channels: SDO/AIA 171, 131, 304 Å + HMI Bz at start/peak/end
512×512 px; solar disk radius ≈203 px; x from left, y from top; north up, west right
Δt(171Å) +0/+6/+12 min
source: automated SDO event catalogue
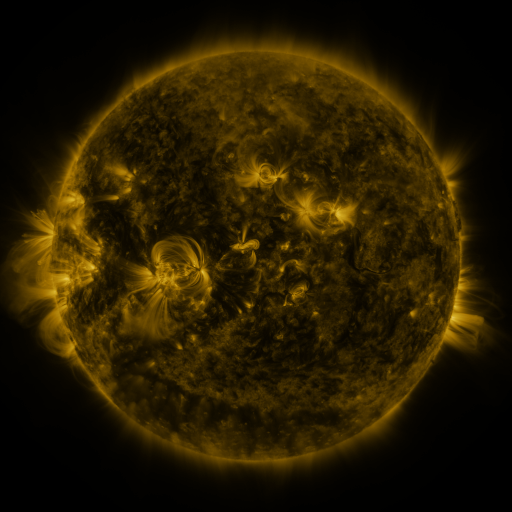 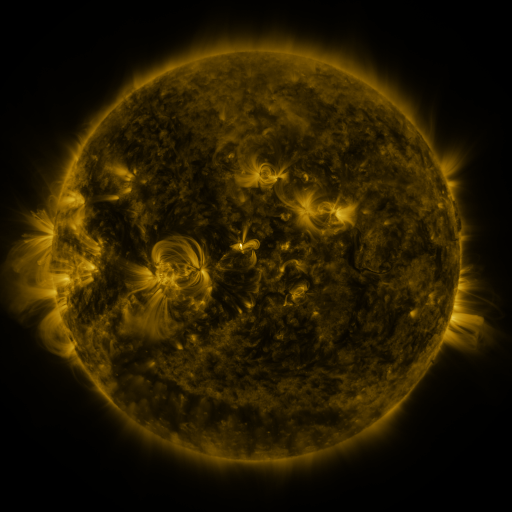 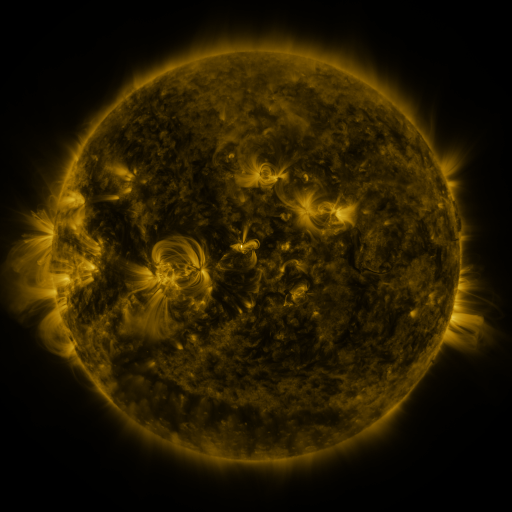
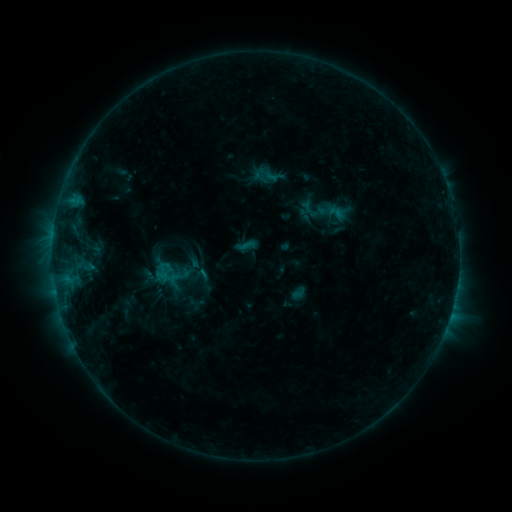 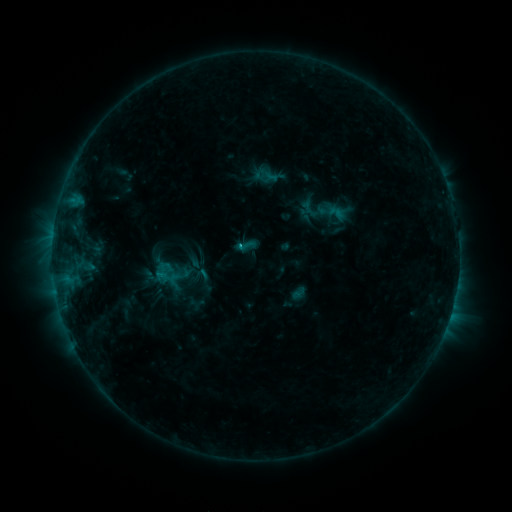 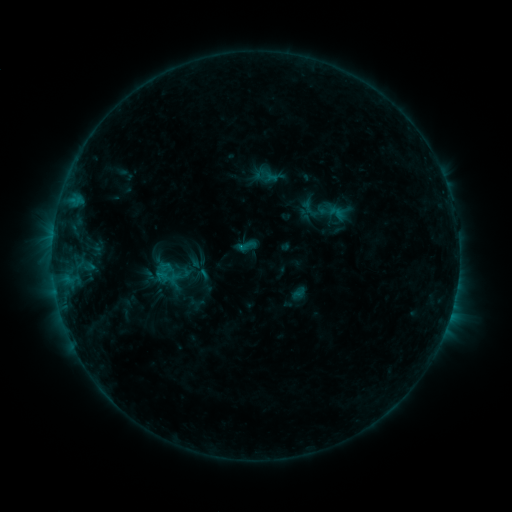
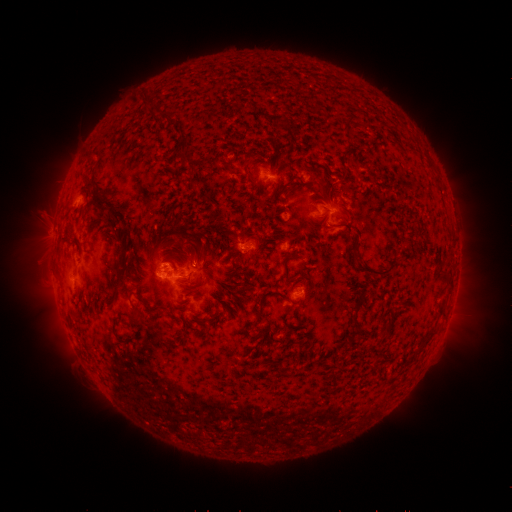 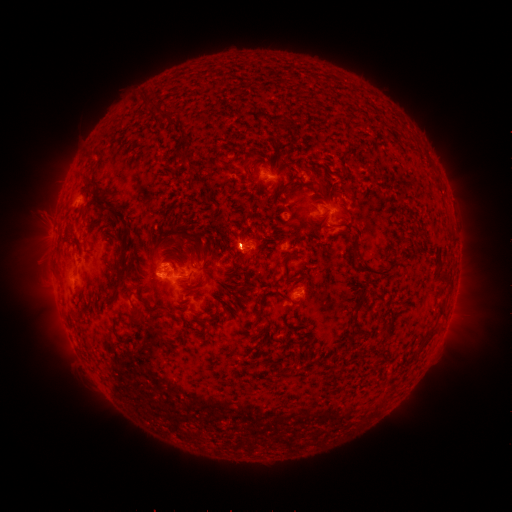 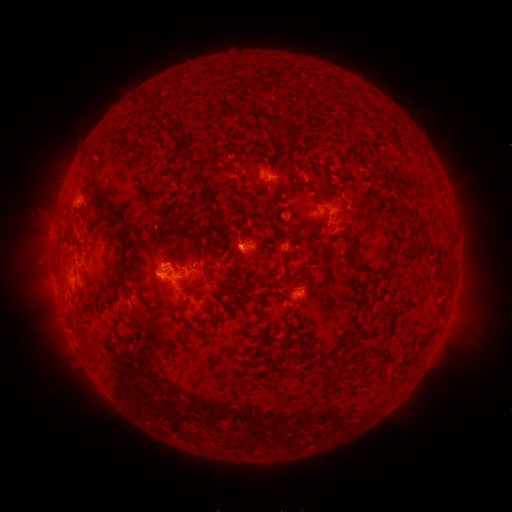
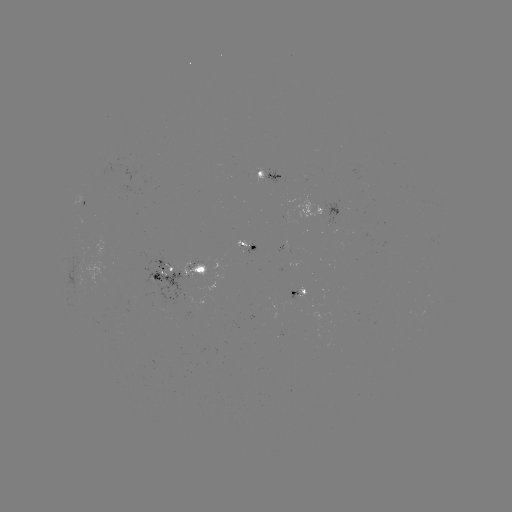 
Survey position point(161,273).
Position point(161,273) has C1.2 flare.